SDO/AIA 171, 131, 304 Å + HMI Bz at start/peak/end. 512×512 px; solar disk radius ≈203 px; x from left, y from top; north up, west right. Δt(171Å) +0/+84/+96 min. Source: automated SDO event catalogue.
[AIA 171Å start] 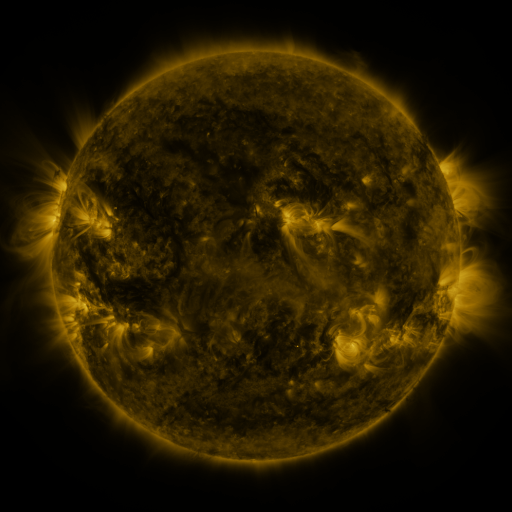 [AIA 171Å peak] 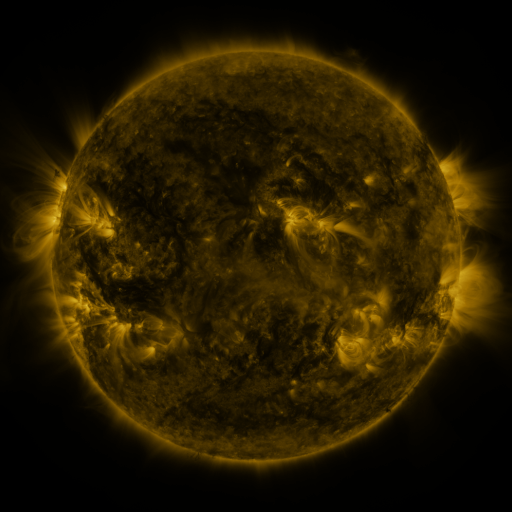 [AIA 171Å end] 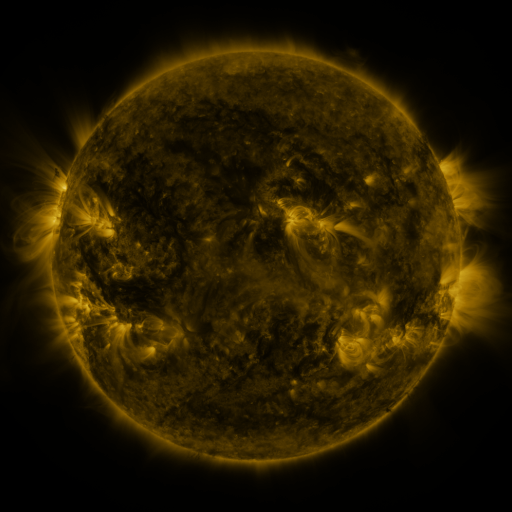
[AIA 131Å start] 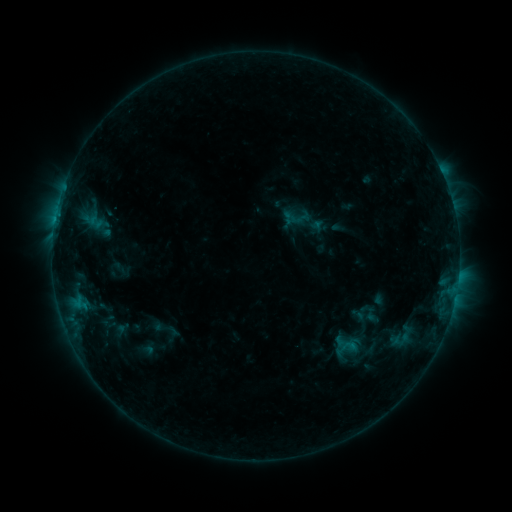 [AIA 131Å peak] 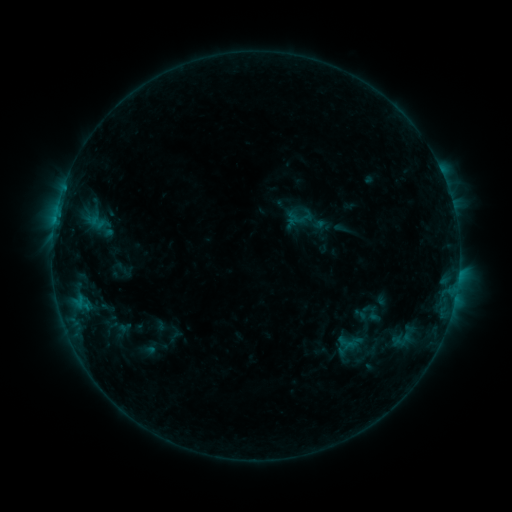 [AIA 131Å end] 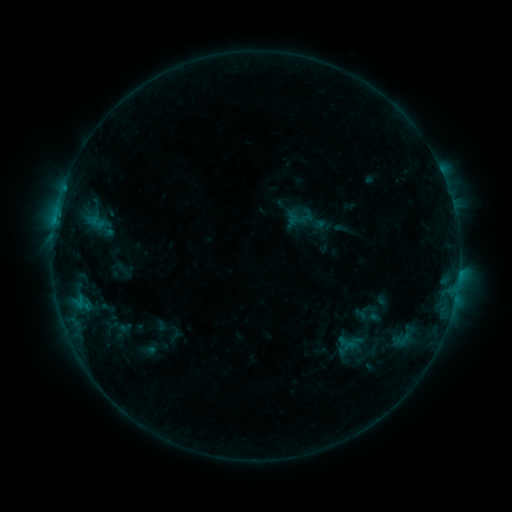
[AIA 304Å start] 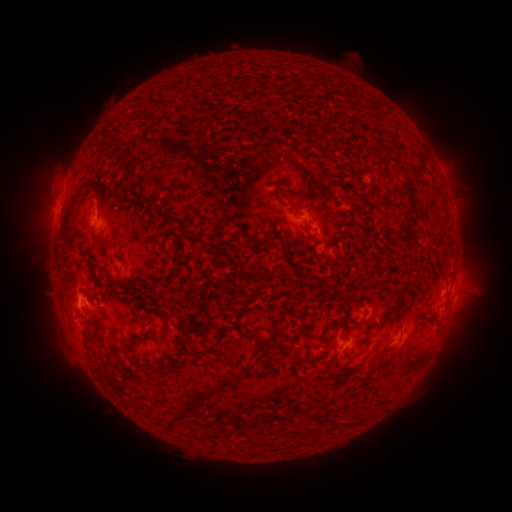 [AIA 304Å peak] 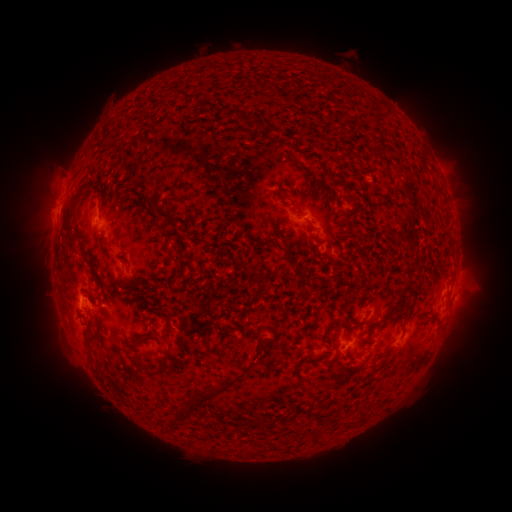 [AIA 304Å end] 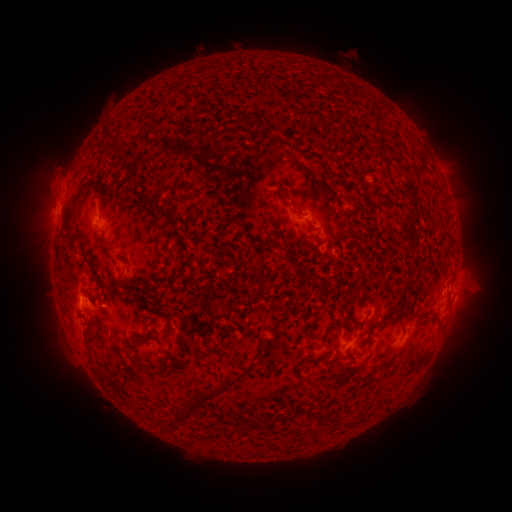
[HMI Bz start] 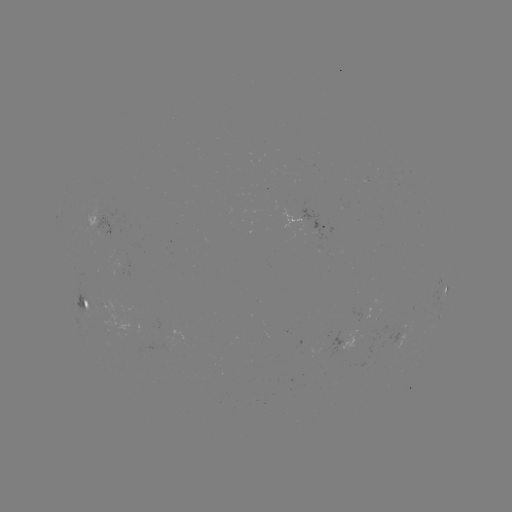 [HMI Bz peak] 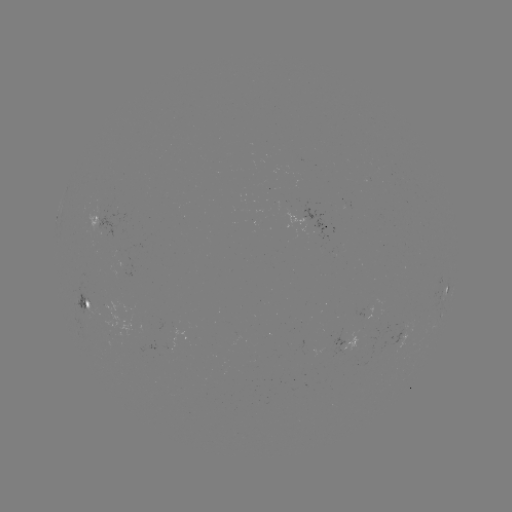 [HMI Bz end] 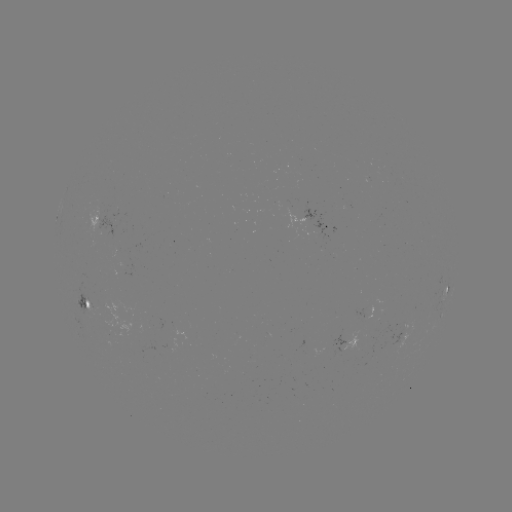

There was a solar emerging-flux region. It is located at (376, 320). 